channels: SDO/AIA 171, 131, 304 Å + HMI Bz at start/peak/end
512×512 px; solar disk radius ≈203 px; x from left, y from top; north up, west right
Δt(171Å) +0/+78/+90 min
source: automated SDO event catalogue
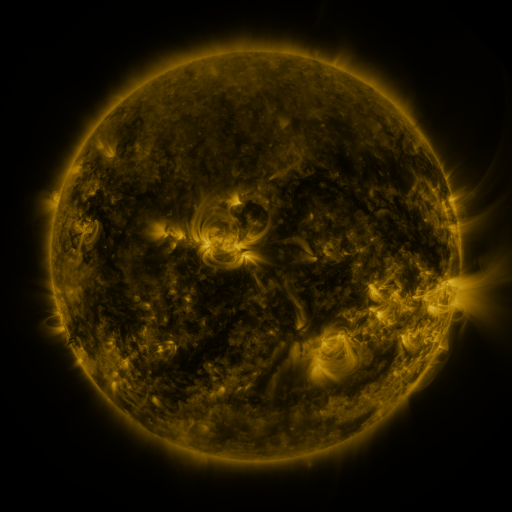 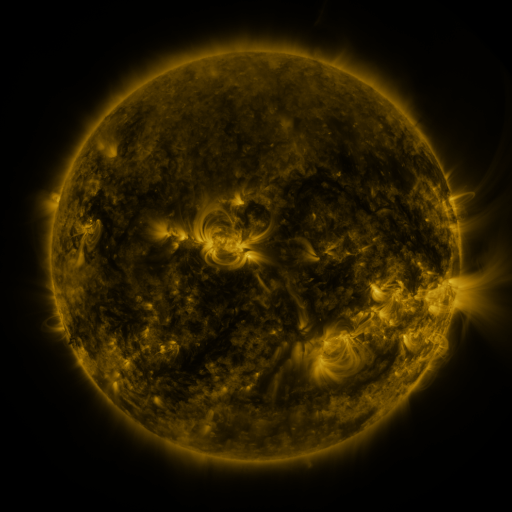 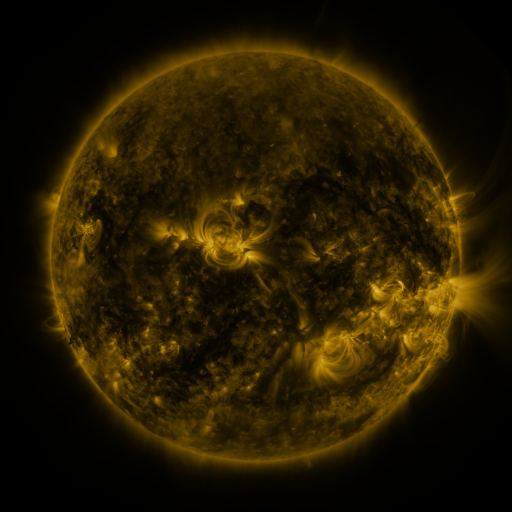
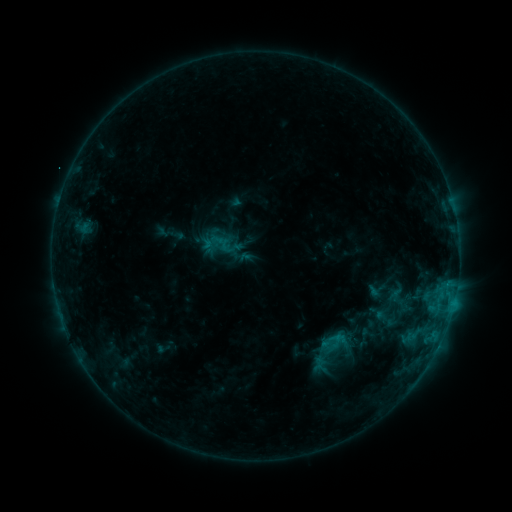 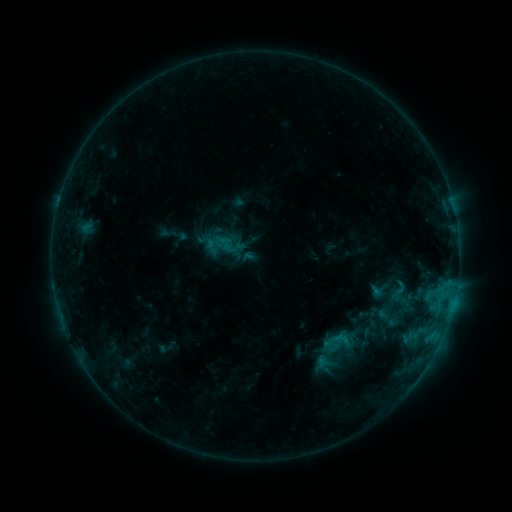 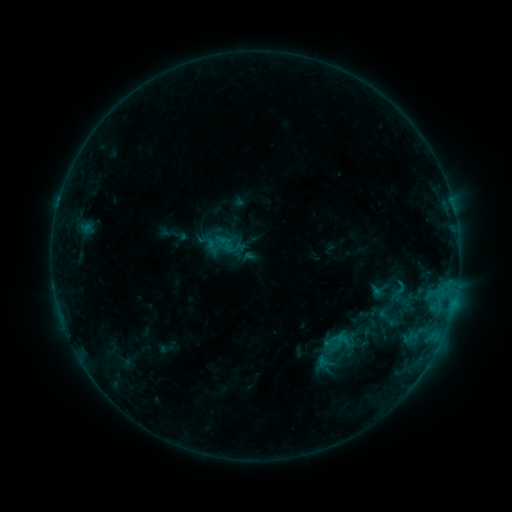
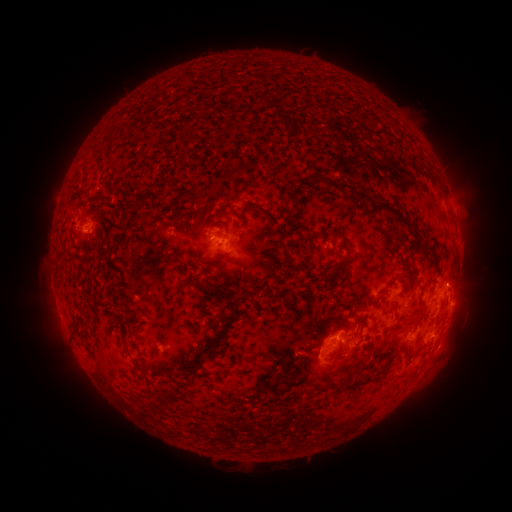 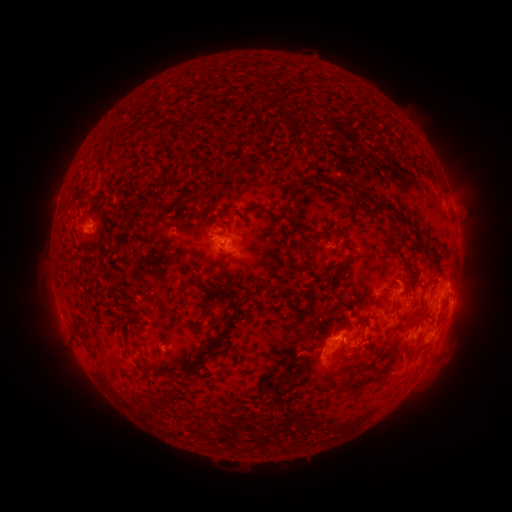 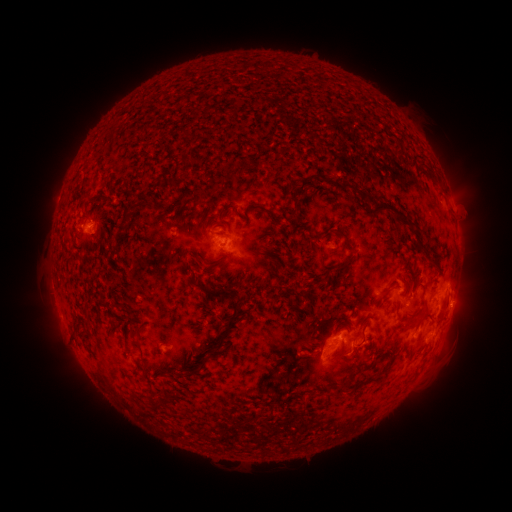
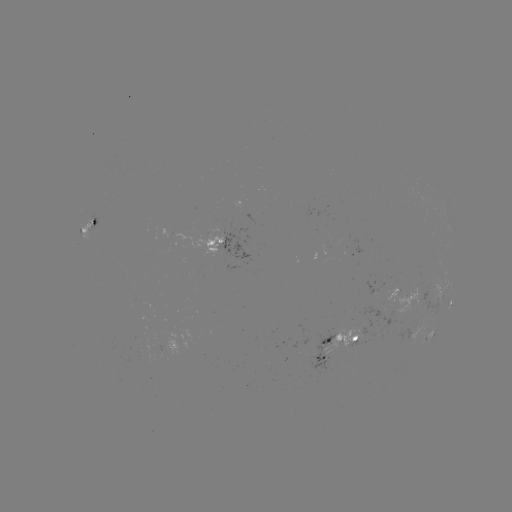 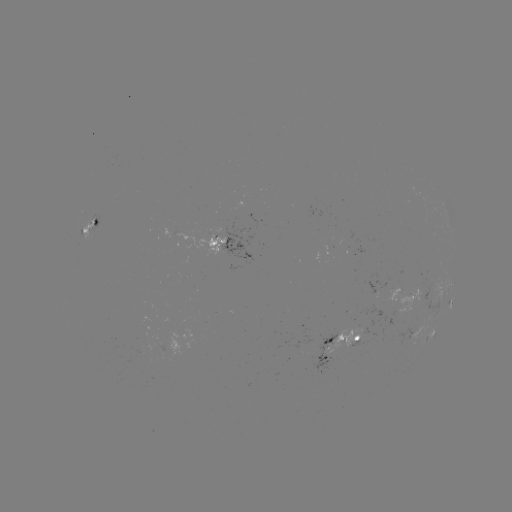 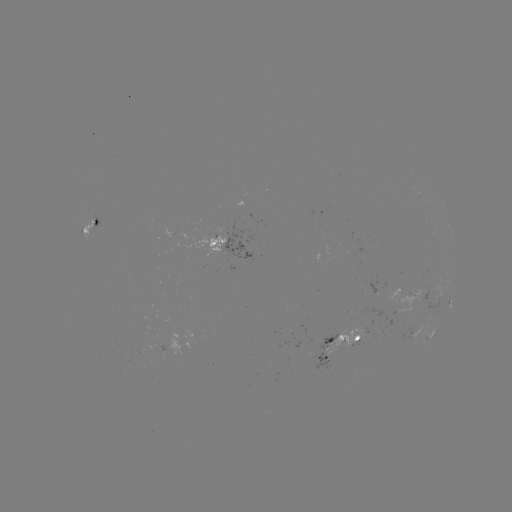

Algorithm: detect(emerging-flux region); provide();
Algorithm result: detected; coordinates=407,296